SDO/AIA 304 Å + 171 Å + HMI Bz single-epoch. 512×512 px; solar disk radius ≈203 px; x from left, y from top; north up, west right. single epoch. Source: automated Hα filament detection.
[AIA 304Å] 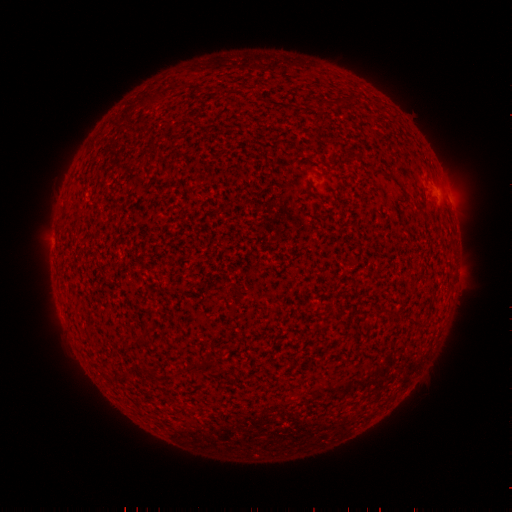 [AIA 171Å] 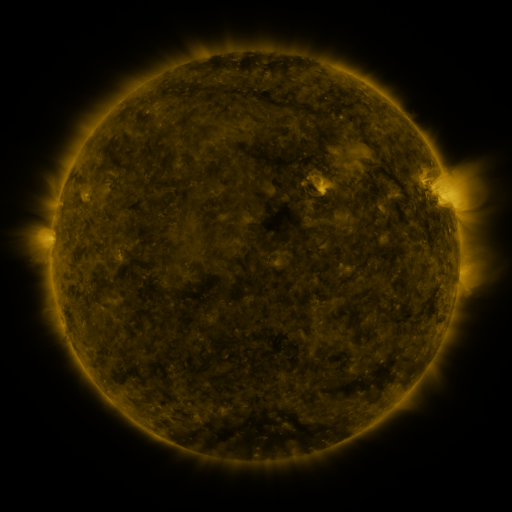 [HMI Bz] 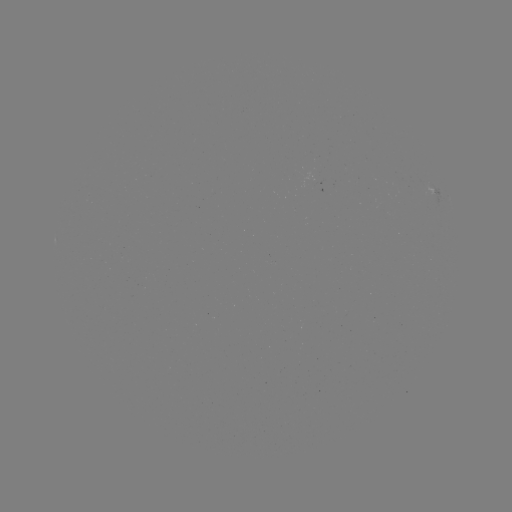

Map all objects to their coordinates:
filament: (394, 316)
